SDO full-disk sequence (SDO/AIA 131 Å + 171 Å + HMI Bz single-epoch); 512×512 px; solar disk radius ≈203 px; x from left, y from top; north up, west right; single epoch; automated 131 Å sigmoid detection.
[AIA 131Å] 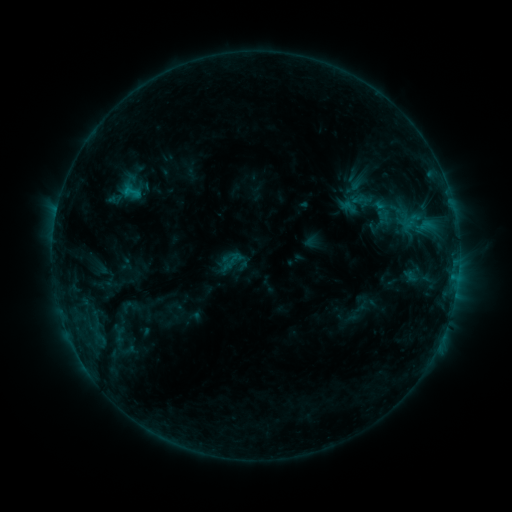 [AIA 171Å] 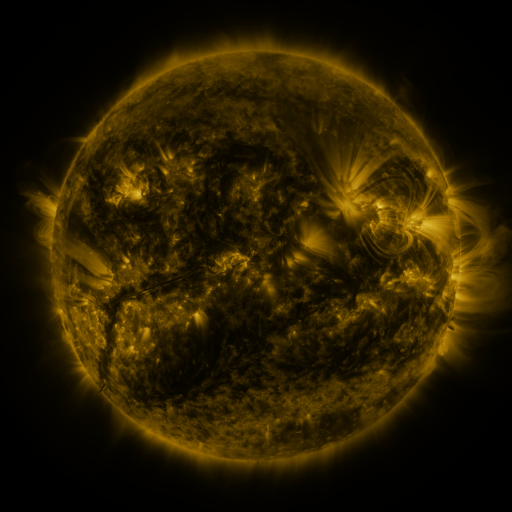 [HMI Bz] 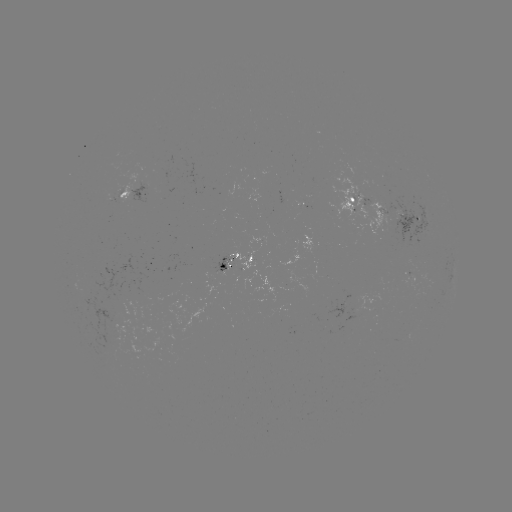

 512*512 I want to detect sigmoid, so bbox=[334, 182, 378, 224].